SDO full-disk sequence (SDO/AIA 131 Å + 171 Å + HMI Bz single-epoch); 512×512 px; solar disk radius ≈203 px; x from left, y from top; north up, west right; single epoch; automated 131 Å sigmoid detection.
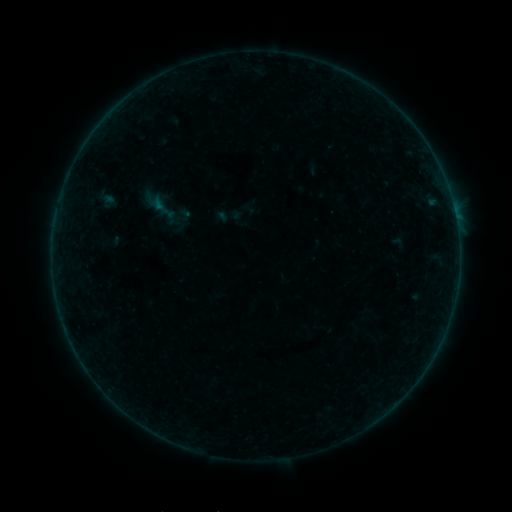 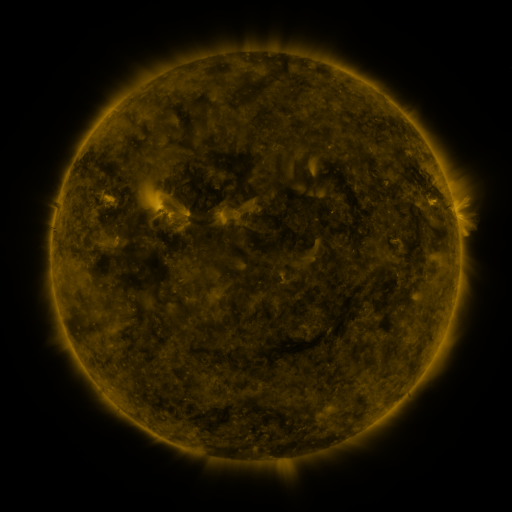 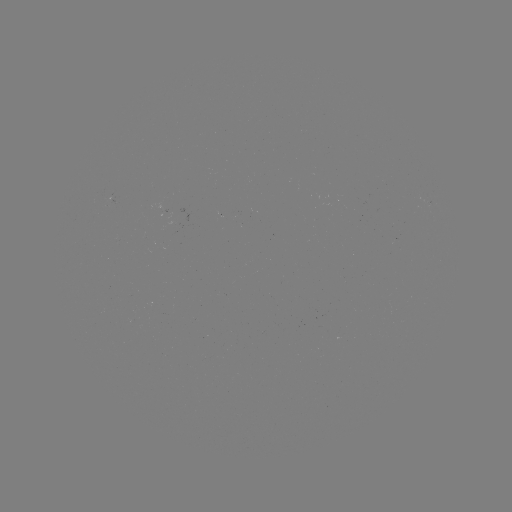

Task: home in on sigmoid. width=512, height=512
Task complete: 164,209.